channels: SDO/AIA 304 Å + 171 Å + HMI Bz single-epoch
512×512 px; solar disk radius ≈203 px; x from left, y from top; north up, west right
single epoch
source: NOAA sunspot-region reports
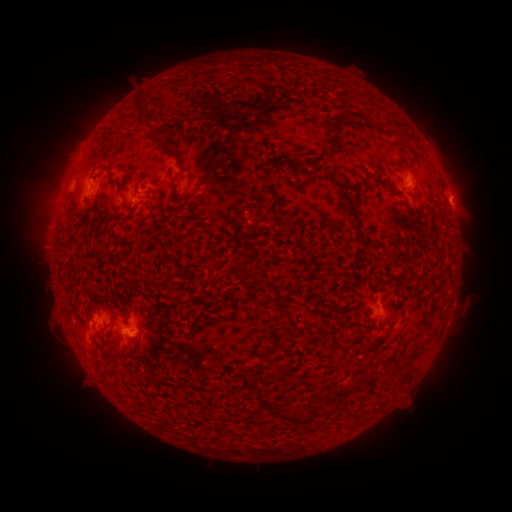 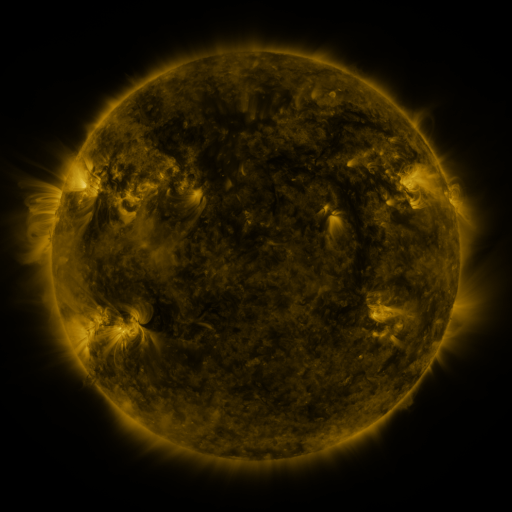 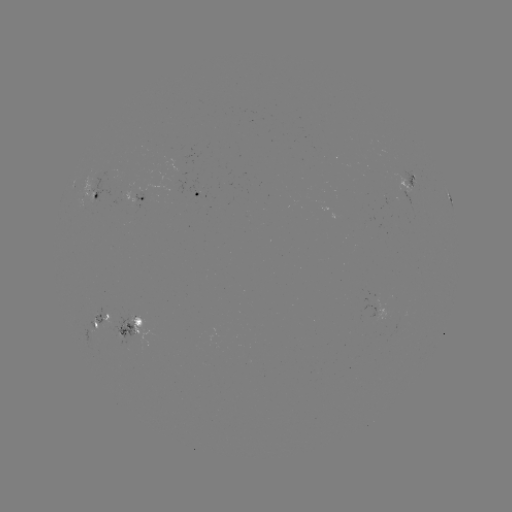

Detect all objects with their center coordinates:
spotted active region: (414, 184)
spotted active region: (195, 193)
spotted active region: (96, 194)
spotted active region: (135, 197)
spotted active region: (450, 199)
spotted active region: (99, 317)
spotted active region: (128, 327)
